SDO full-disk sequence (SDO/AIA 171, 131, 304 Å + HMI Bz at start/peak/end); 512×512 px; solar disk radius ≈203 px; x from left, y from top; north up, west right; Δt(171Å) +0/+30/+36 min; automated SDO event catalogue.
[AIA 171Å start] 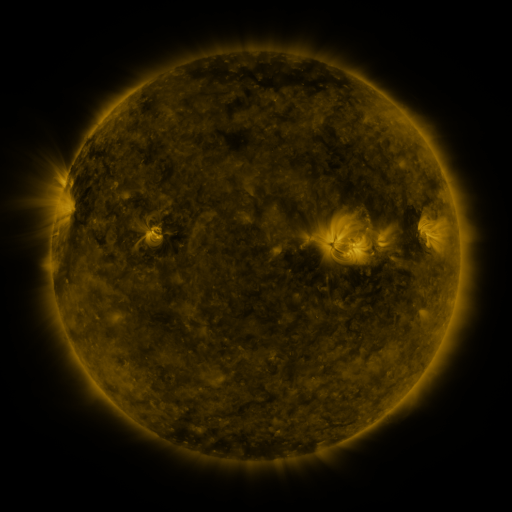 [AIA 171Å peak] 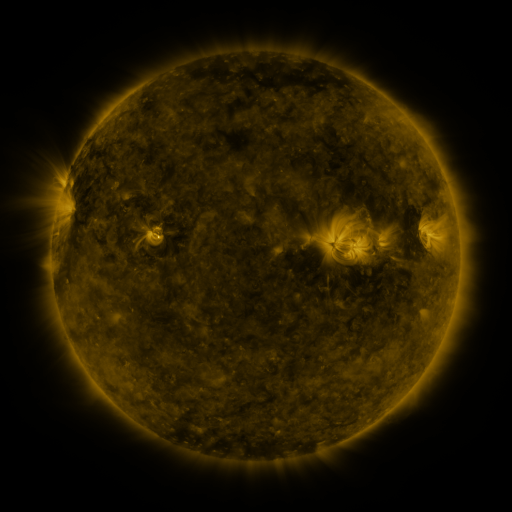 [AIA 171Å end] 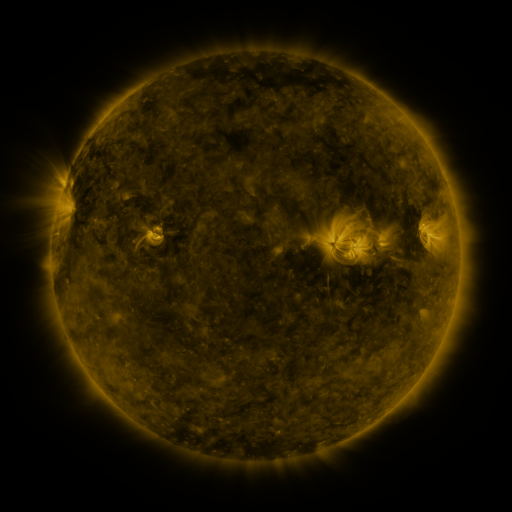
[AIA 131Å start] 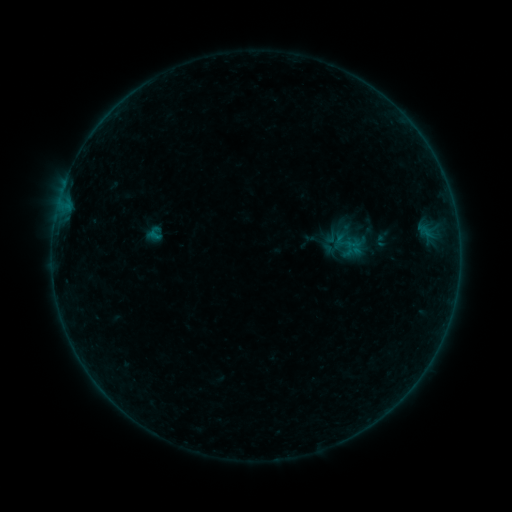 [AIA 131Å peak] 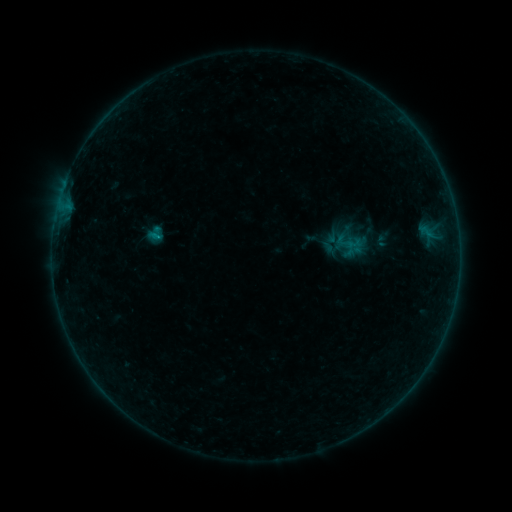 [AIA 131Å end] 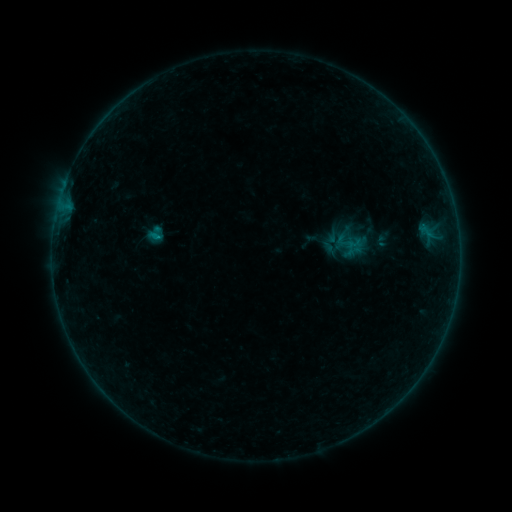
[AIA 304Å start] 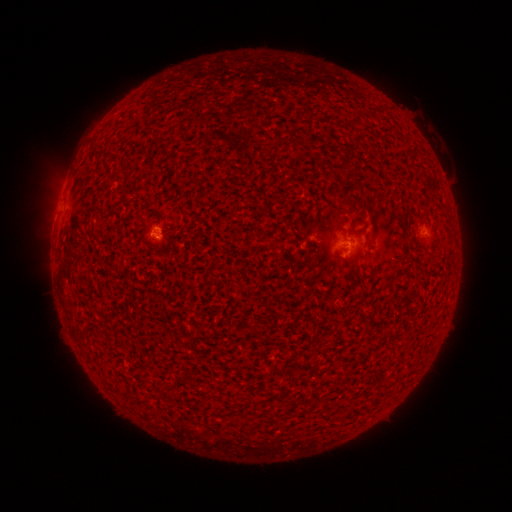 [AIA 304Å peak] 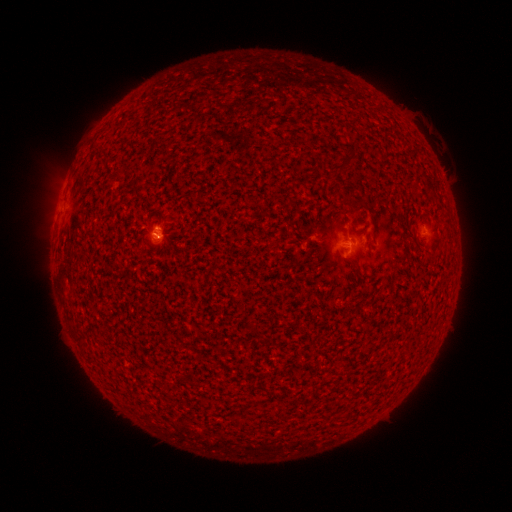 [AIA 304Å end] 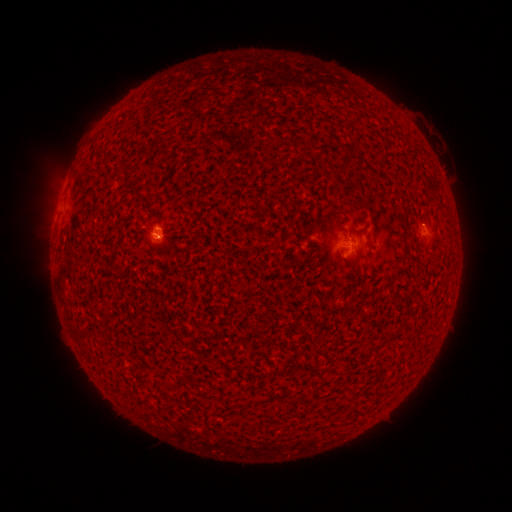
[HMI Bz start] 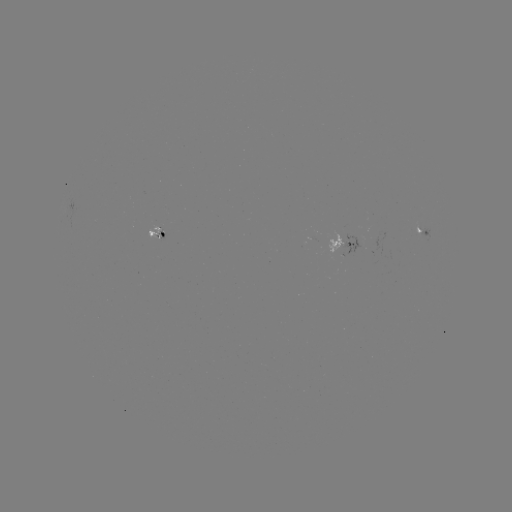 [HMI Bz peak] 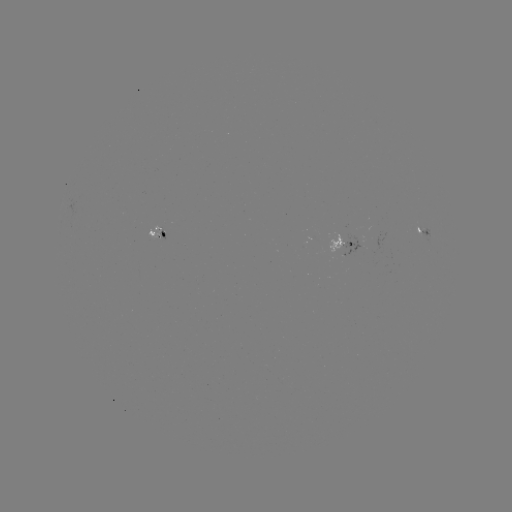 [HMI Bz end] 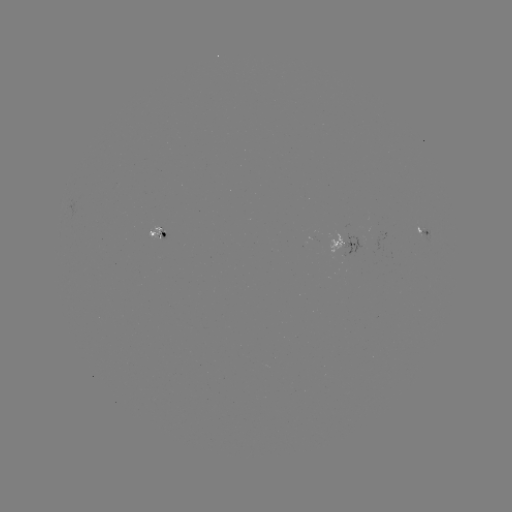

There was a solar flare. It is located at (157, 236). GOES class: B1.8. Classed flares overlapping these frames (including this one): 1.